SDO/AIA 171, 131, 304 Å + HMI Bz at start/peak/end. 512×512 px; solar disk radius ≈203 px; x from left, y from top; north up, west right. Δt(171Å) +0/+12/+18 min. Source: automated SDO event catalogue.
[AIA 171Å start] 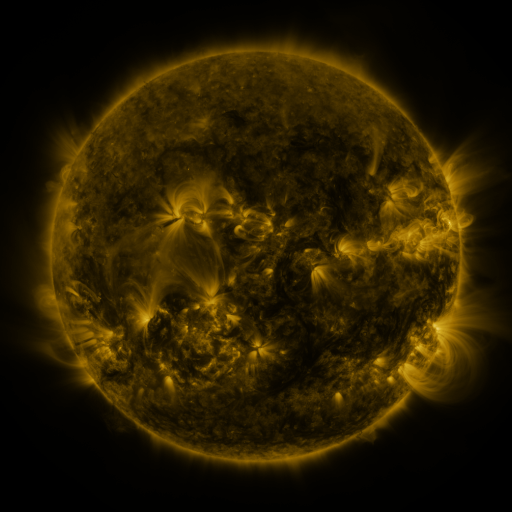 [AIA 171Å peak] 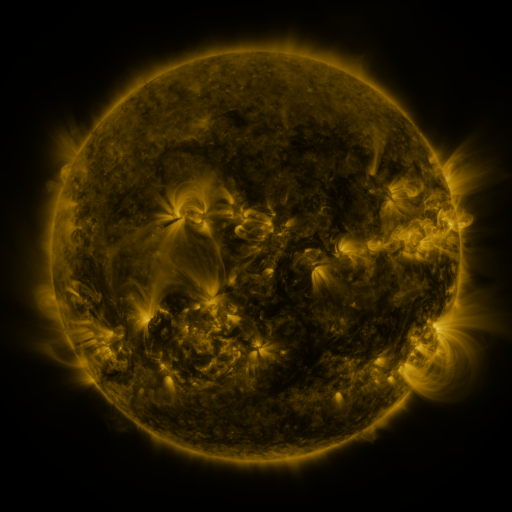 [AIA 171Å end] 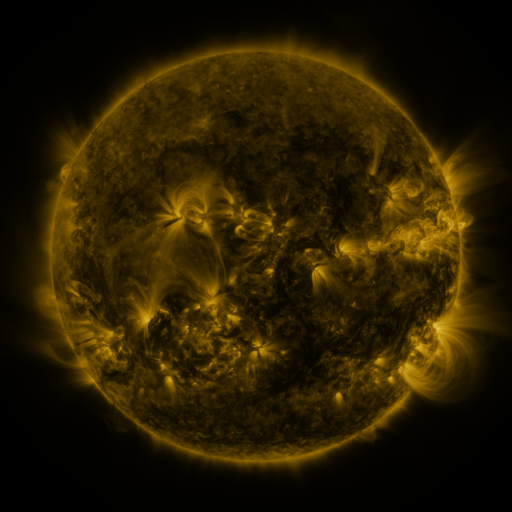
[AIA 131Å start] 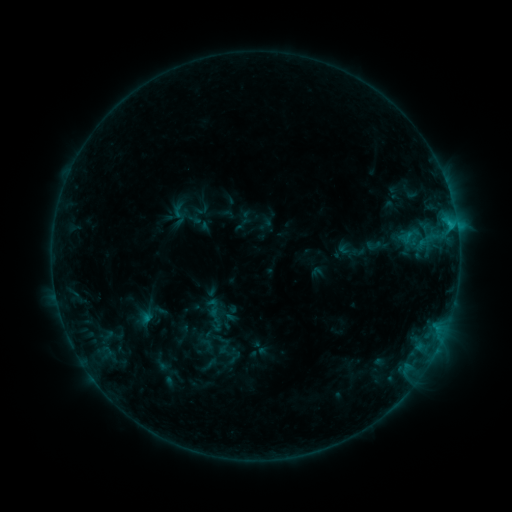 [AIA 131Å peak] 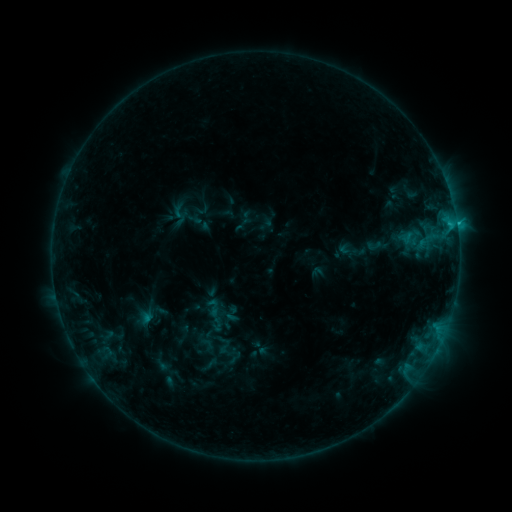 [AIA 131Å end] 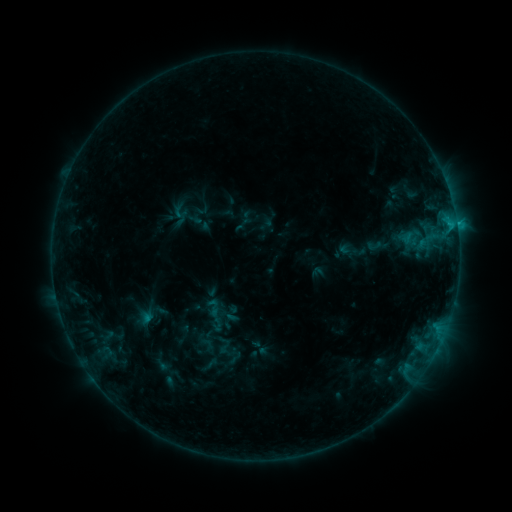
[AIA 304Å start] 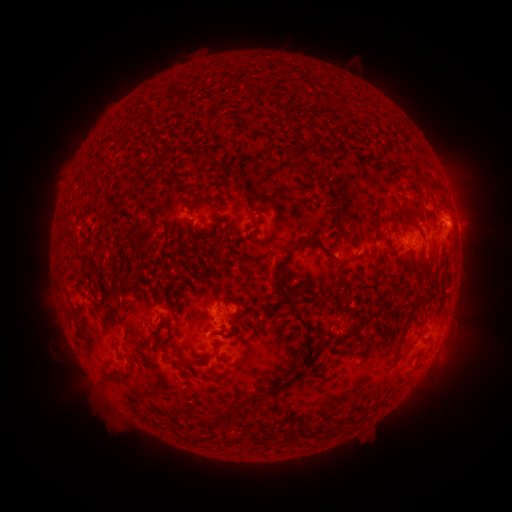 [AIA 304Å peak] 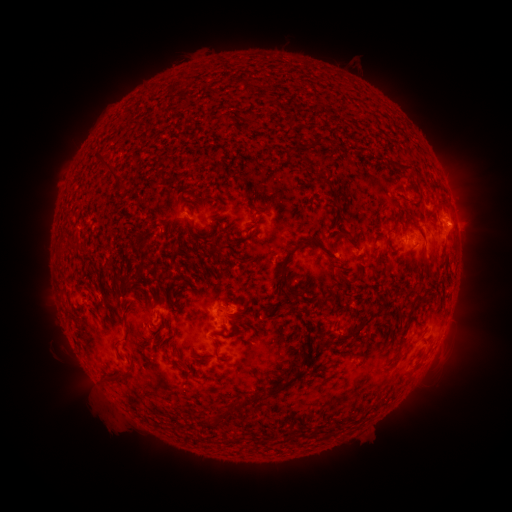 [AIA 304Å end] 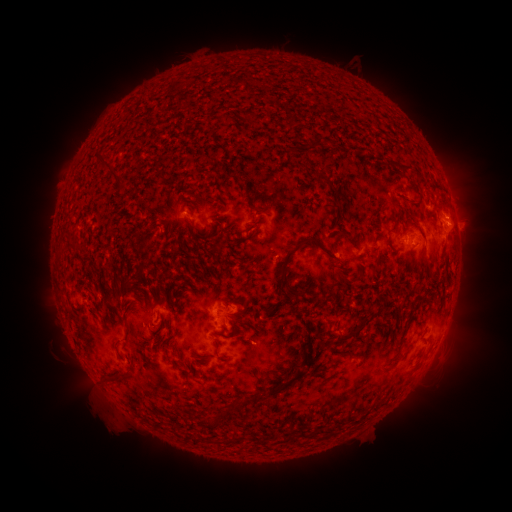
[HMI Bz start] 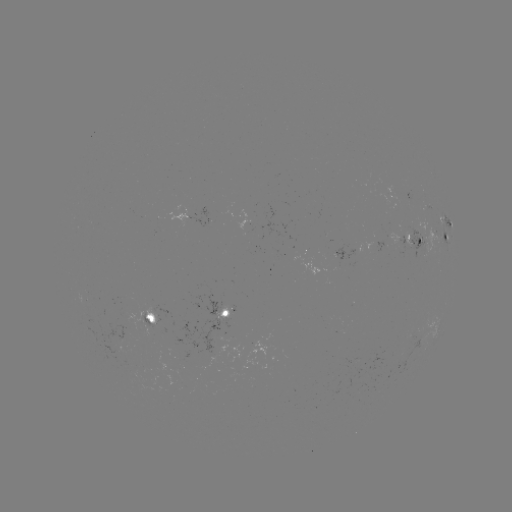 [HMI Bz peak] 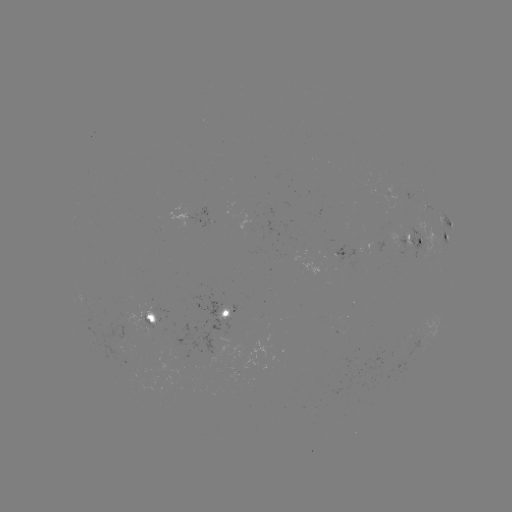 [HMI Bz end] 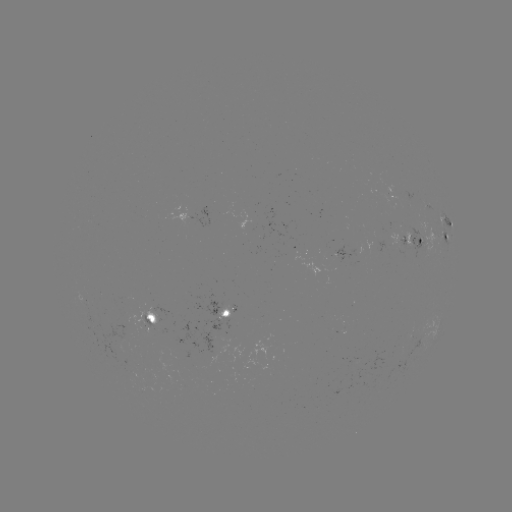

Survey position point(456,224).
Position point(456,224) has C1.2 flare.